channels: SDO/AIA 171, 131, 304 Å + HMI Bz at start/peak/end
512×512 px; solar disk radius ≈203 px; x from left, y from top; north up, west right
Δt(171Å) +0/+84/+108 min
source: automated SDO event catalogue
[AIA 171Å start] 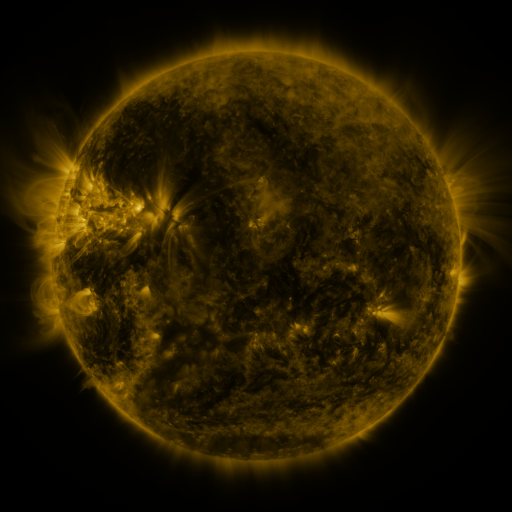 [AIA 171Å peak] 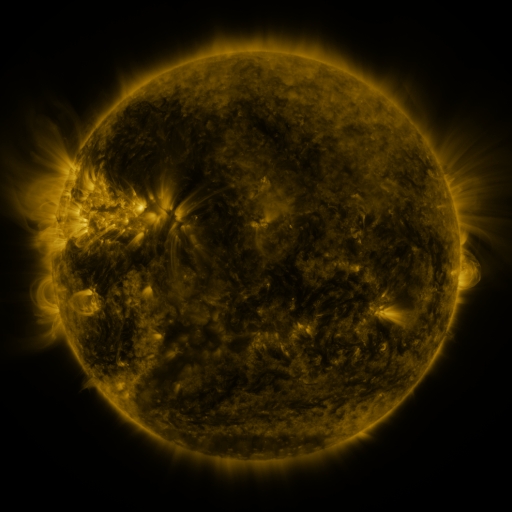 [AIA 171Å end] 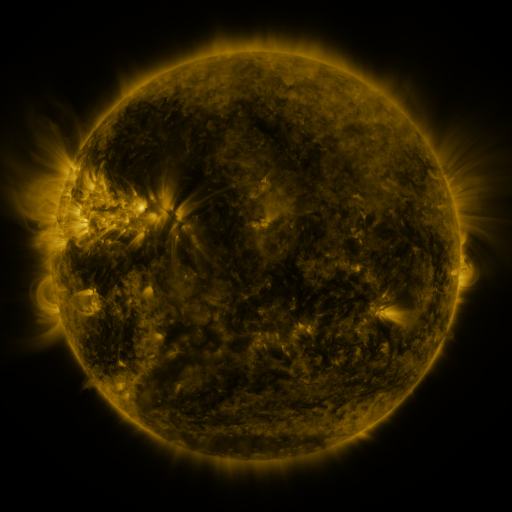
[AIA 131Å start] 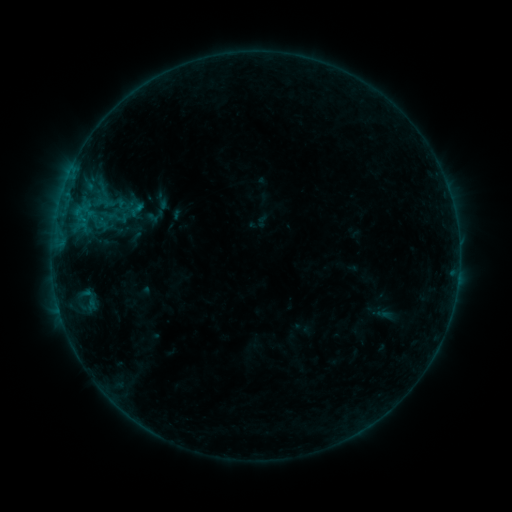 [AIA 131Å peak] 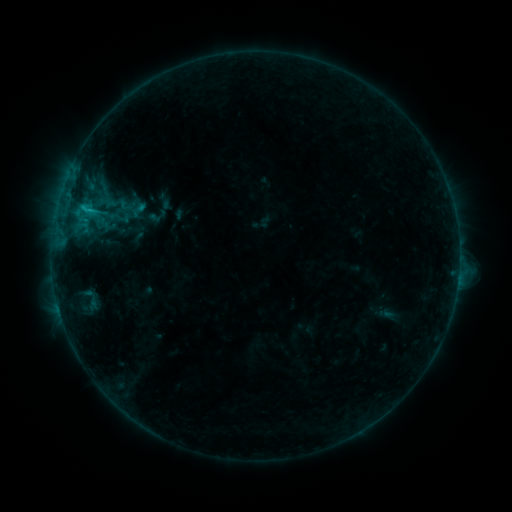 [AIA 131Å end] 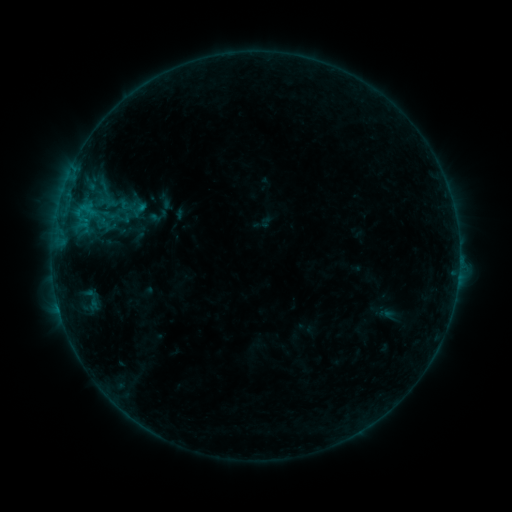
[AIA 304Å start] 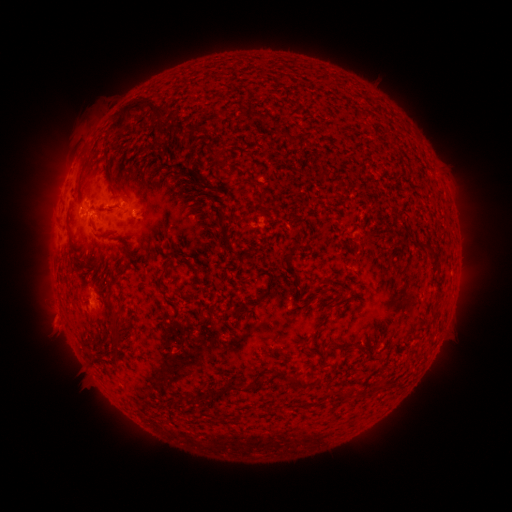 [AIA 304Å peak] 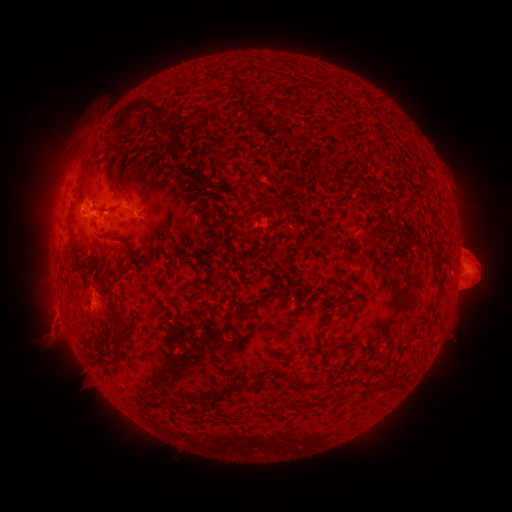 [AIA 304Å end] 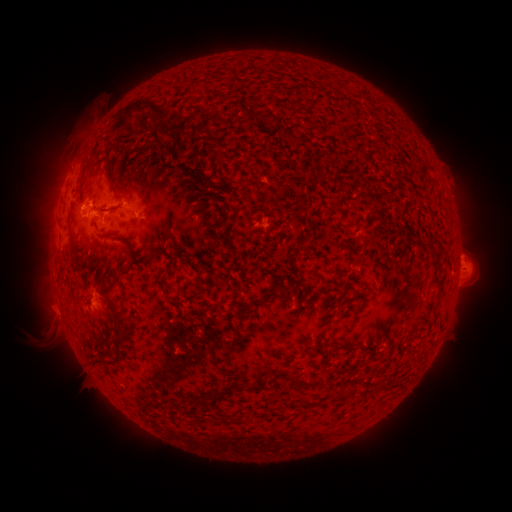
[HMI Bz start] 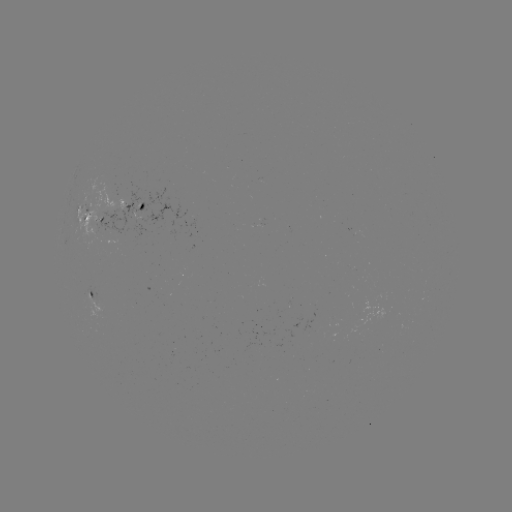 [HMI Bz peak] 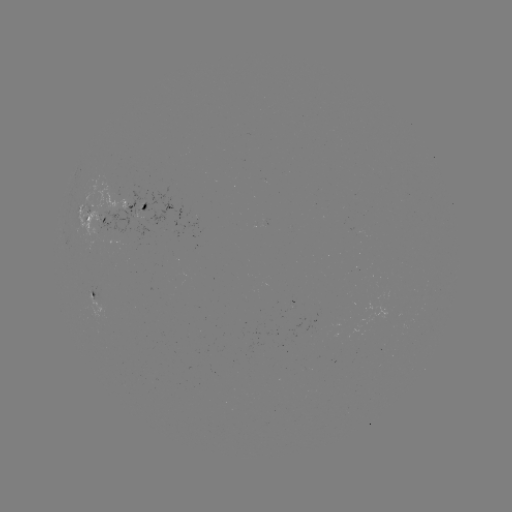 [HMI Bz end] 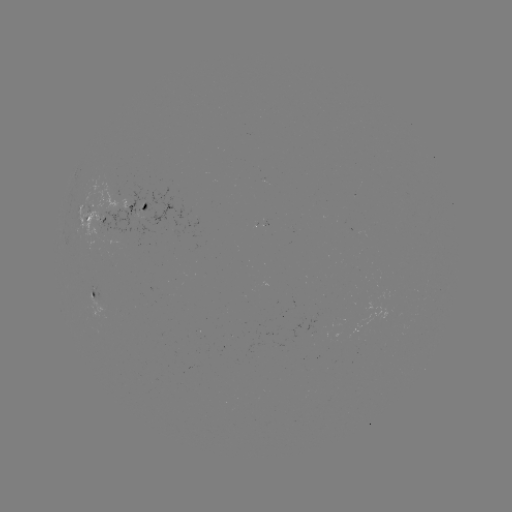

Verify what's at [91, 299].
emerging-flux region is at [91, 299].